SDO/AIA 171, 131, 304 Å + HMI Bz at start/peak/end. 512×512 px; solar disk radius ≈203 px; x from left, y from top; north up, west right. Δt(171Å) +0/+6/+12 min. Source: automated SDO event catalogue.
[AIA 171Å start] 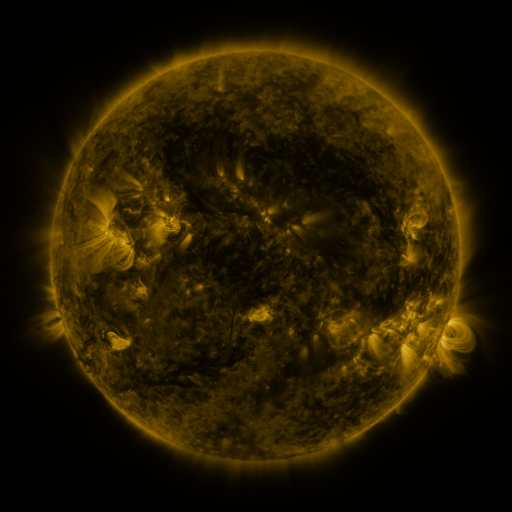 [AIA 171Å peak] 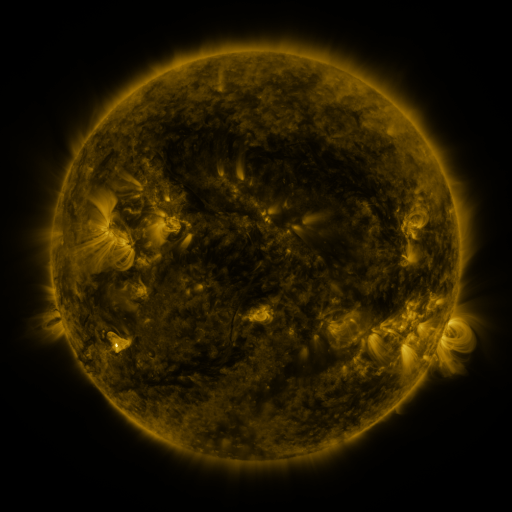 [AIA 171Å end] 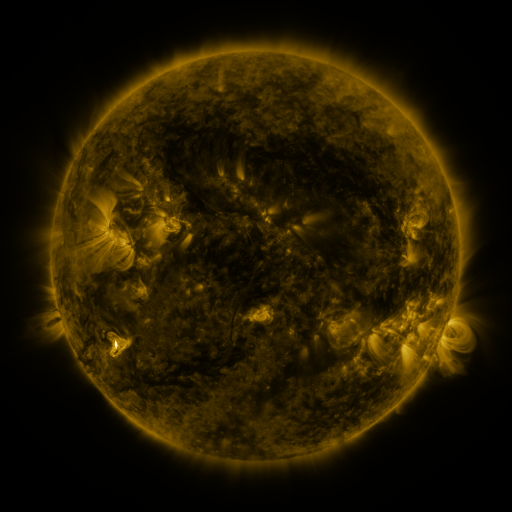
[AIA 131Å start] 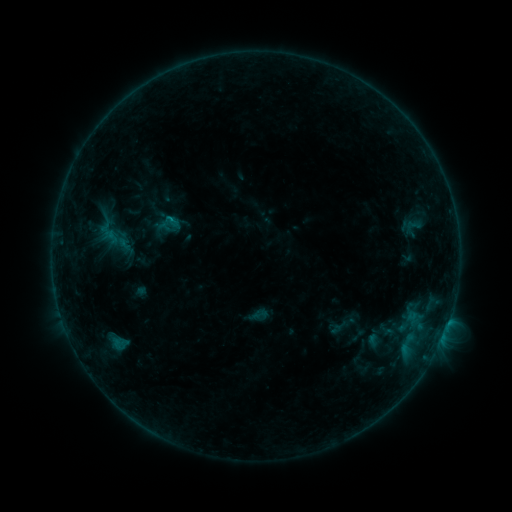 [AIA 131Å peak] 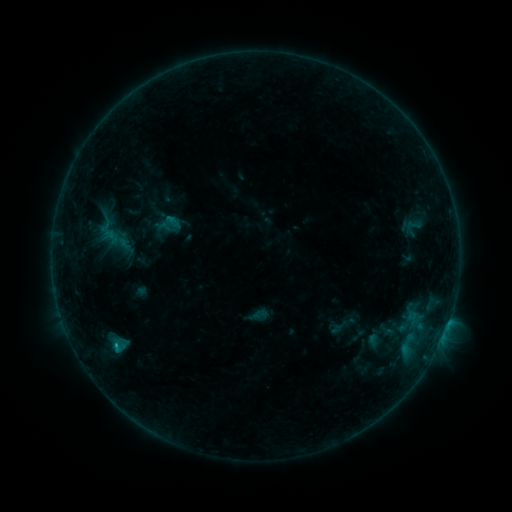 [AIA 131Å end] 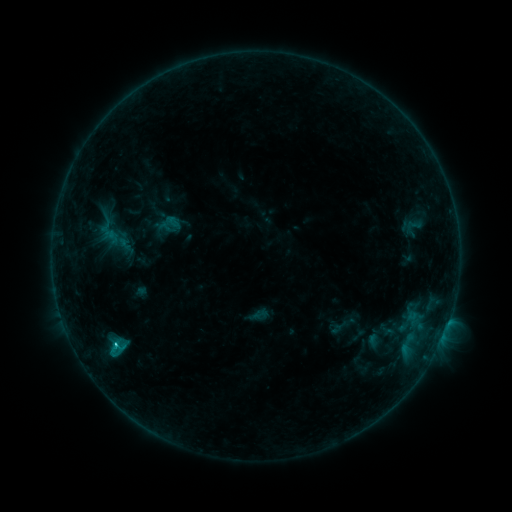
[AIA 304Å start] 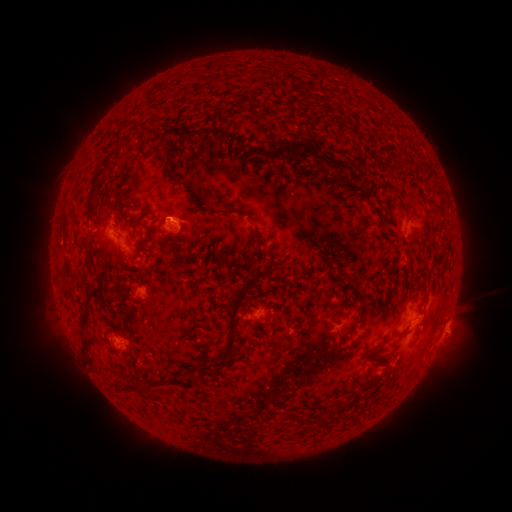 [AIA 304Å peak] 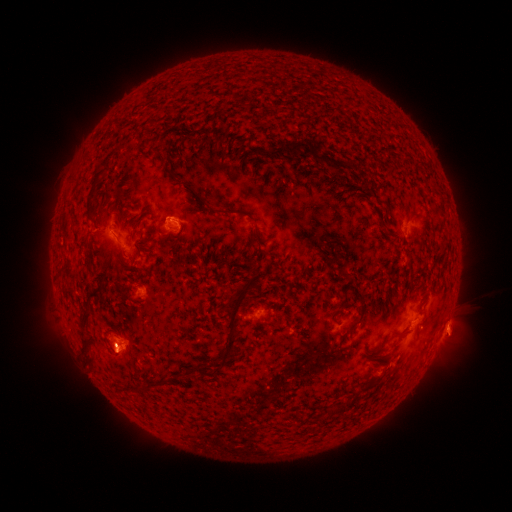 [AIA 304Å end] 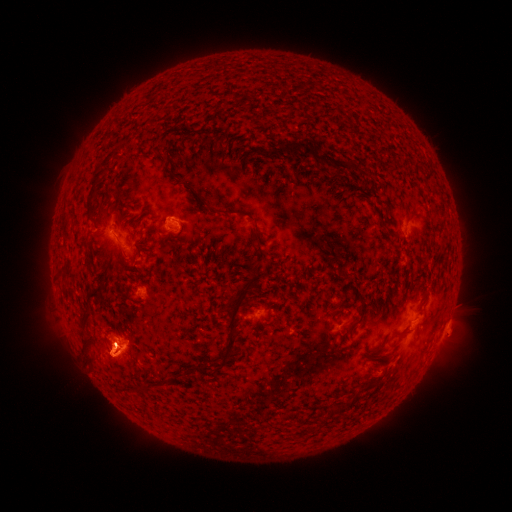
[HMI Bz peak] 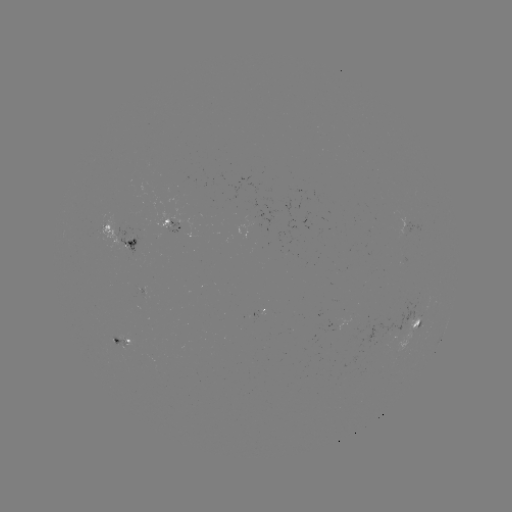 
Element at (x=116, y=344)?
C1.2 flare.